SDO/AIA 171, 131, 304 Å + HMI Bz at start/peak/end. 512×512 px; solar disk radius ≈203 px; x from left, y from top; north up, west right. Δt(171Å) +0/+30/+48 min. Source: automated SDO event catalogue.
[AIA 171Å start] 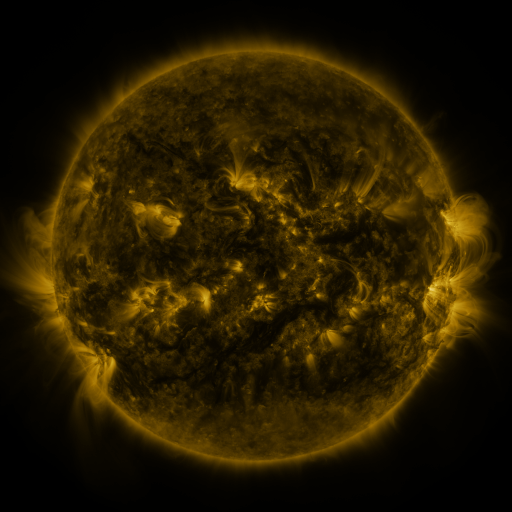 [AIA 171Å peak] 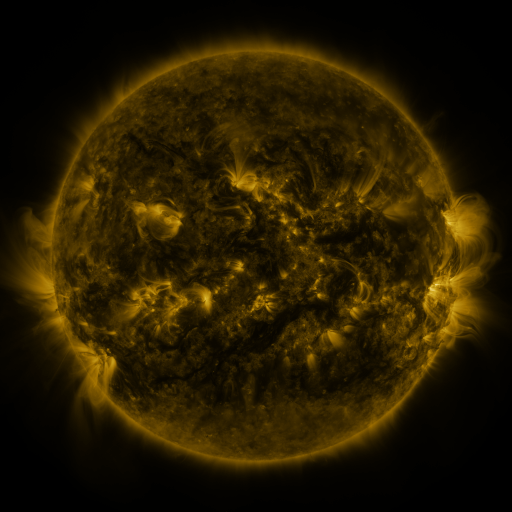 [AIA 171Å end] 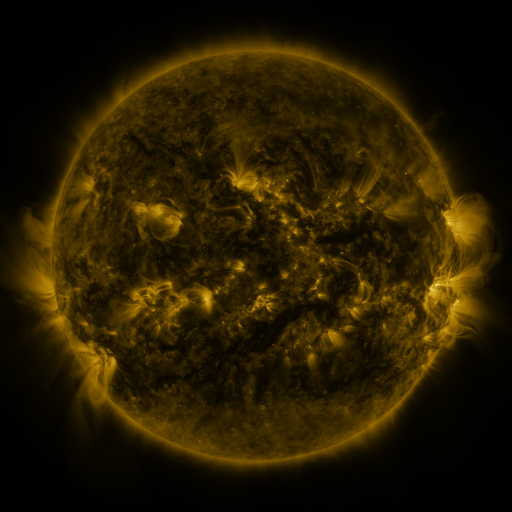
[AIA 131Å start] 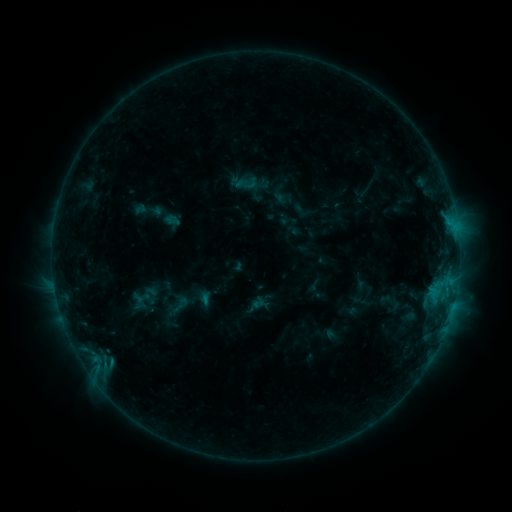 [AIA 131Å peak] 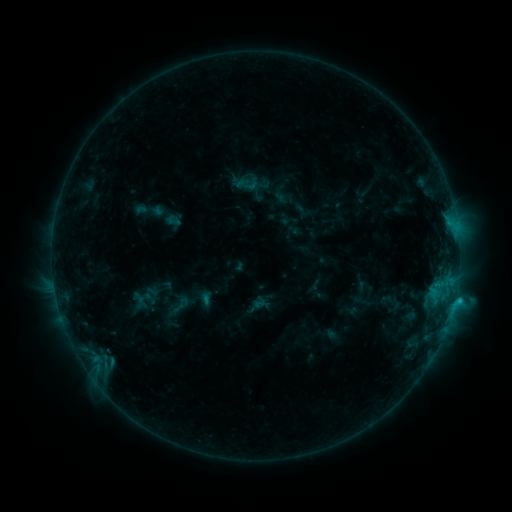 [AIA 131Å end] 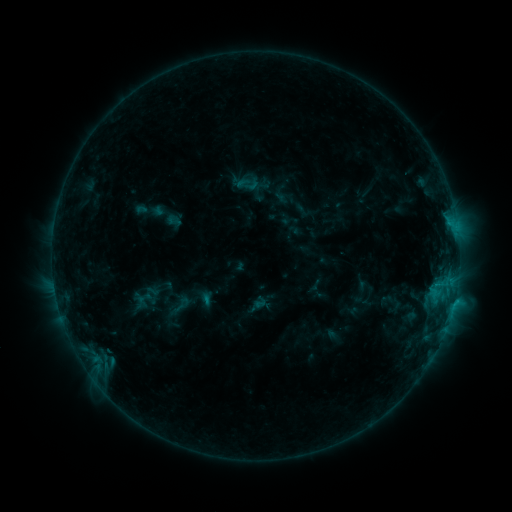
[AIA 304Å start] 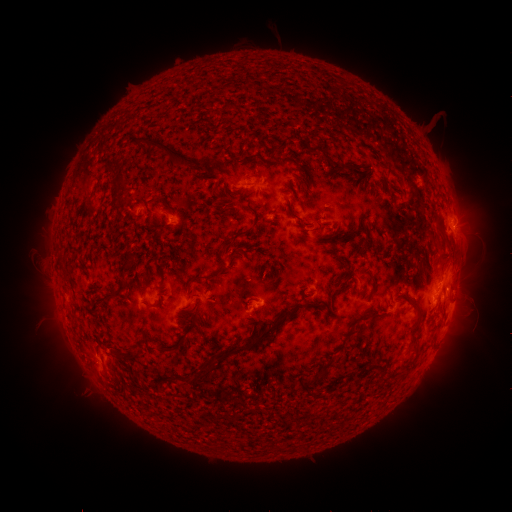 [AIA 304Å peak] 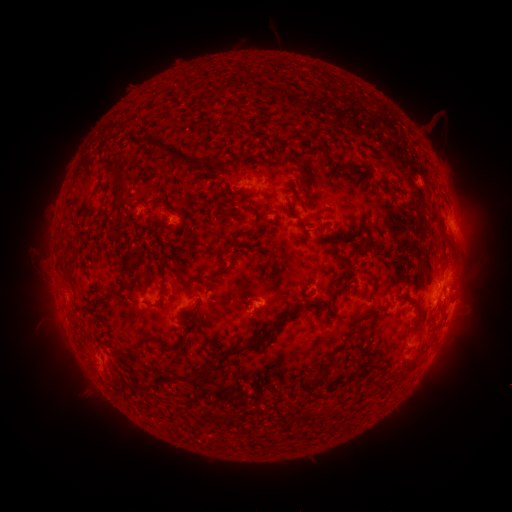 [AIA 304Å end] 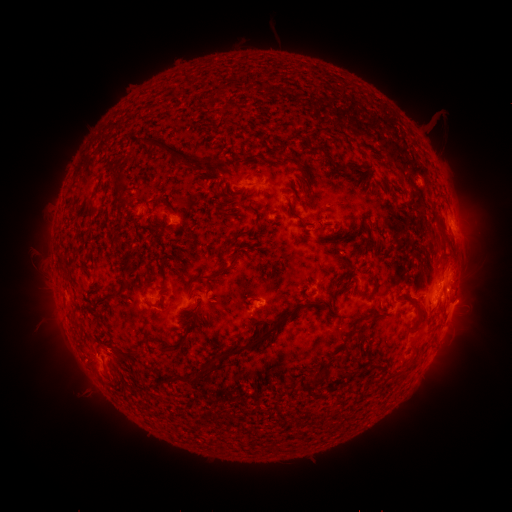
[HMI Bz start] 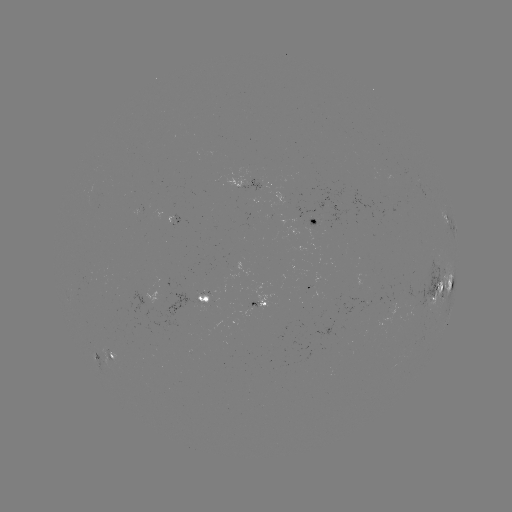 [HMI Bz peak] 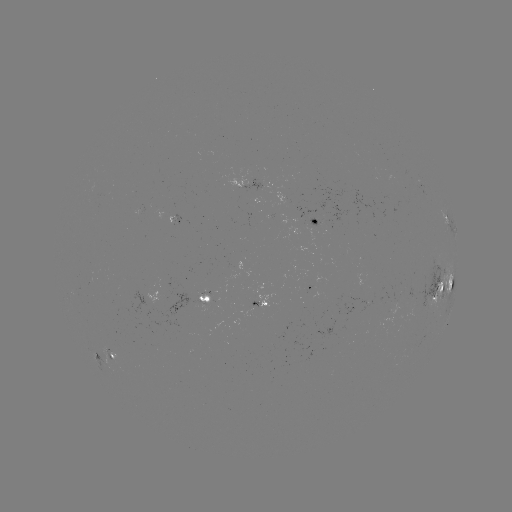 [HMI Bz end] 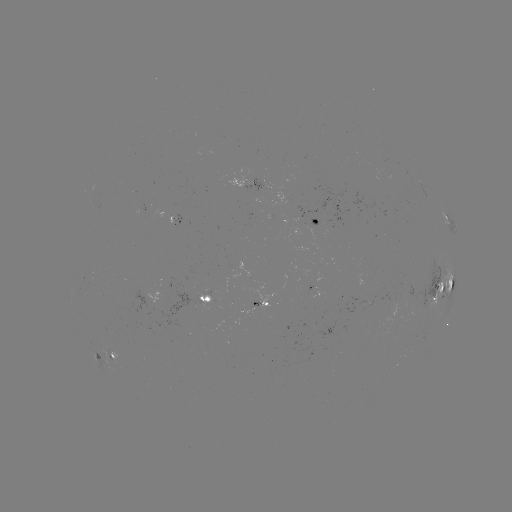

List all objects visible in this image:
C1.3 flare: (454, 297)
